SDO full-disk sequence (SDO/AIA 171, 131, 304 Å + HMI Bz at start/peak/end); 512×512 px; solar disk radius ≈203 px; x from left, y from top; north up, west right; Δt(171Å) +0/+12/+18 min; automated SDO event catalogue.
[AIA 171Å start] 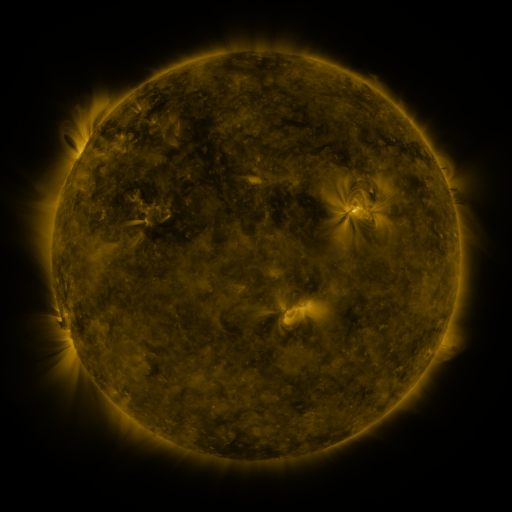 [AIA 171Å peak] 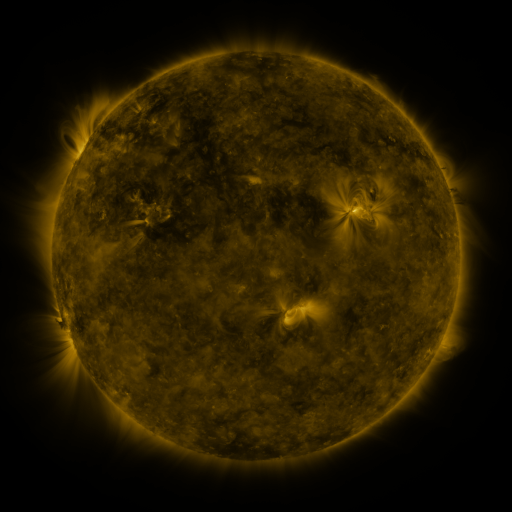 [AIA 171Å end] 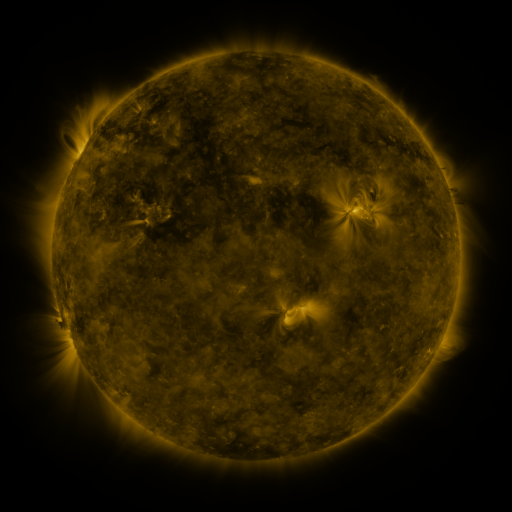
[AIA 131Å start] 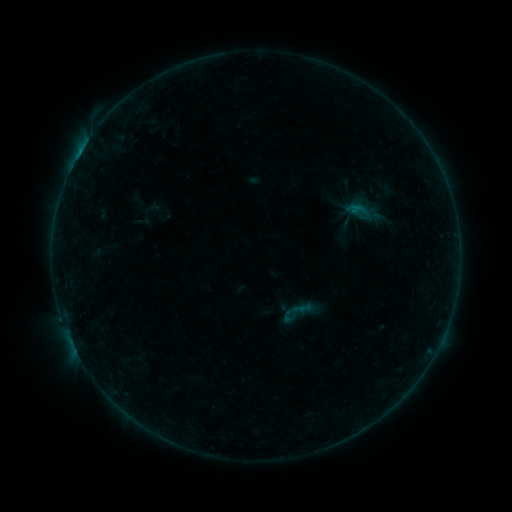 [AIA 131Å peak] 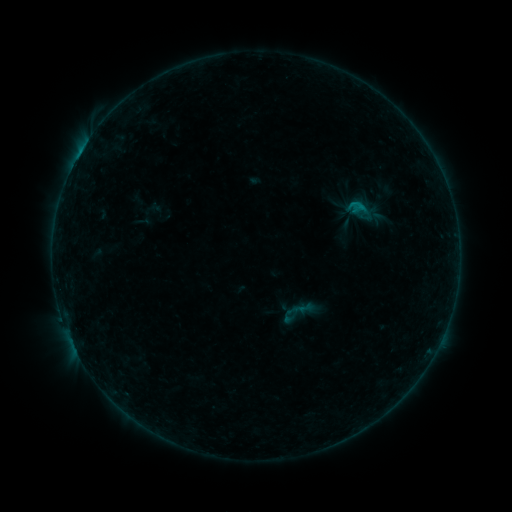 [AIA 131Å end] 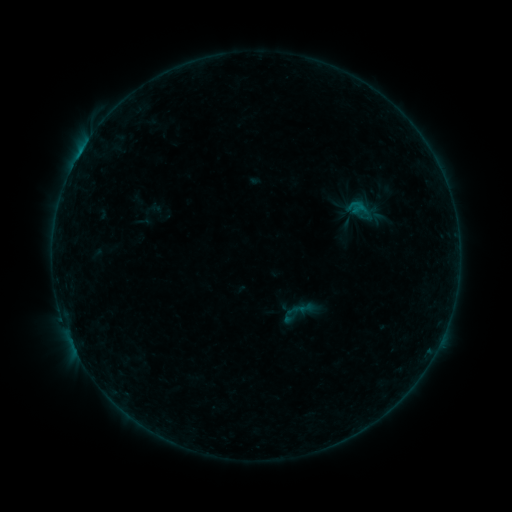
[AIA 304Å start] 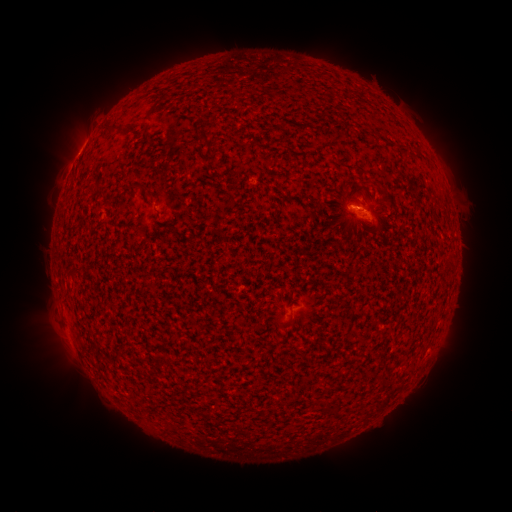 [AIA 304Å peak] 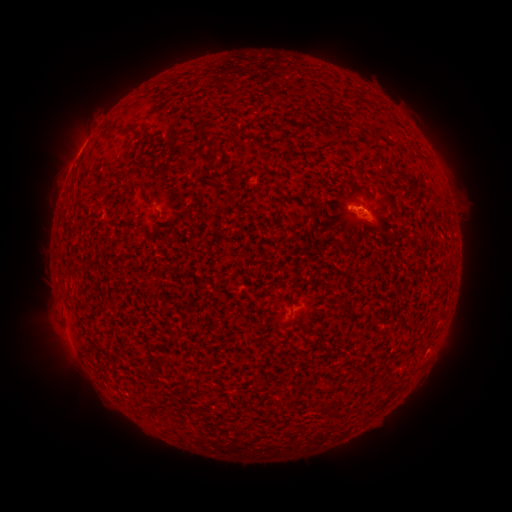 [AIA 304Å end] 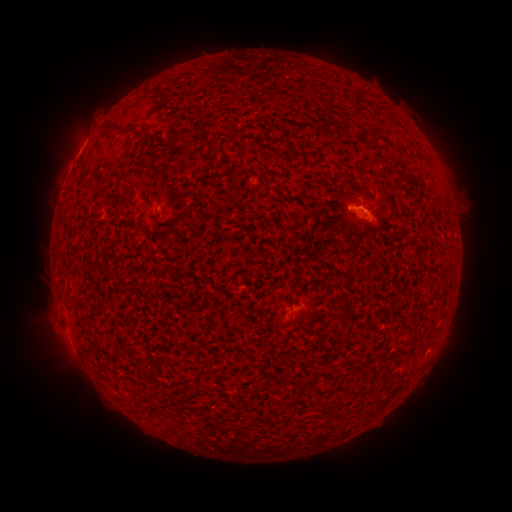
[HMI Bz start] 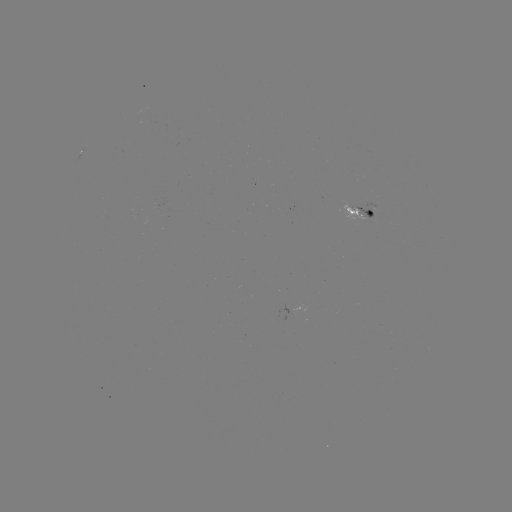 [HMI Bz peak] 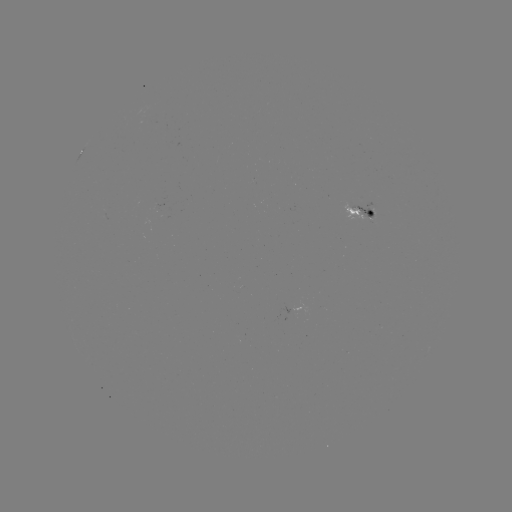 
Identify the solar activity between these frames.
B3.9 flare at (354, 209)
